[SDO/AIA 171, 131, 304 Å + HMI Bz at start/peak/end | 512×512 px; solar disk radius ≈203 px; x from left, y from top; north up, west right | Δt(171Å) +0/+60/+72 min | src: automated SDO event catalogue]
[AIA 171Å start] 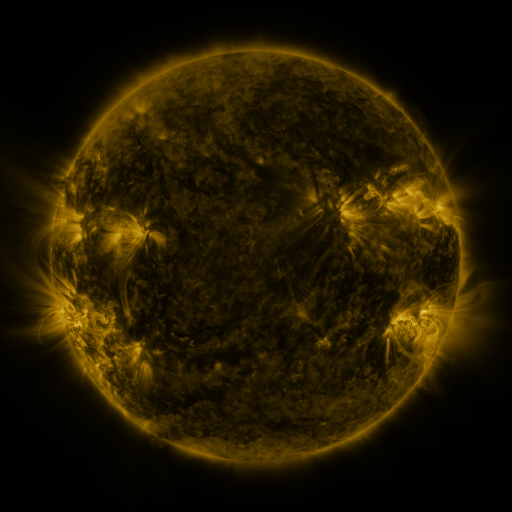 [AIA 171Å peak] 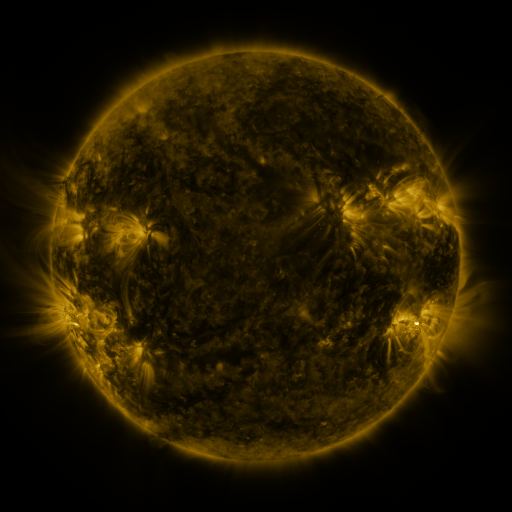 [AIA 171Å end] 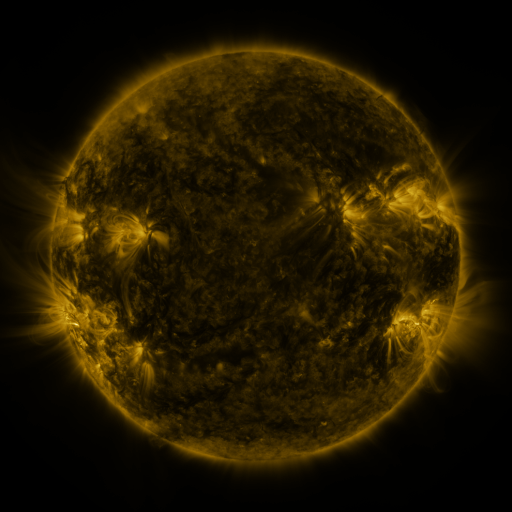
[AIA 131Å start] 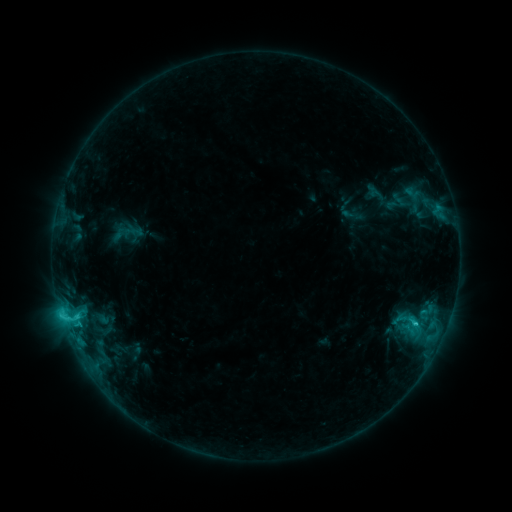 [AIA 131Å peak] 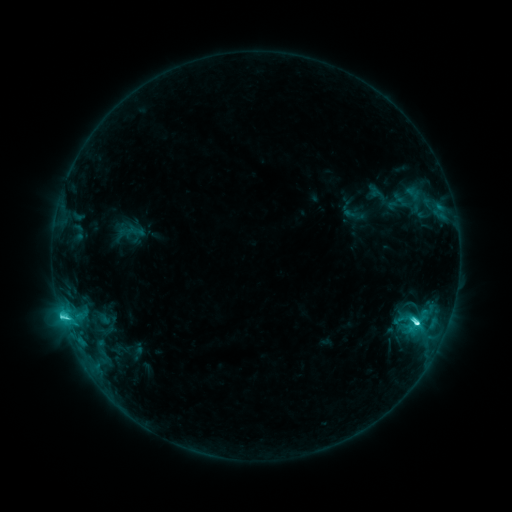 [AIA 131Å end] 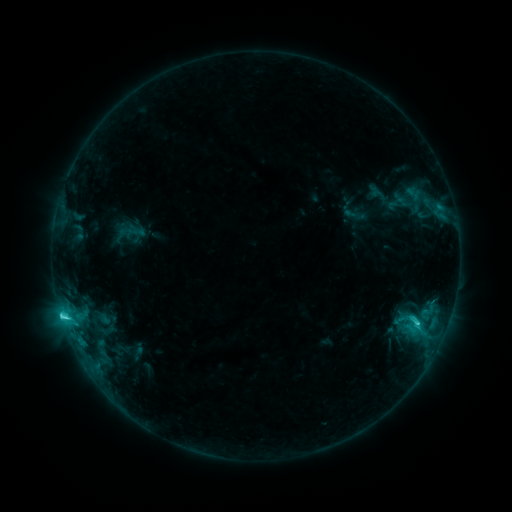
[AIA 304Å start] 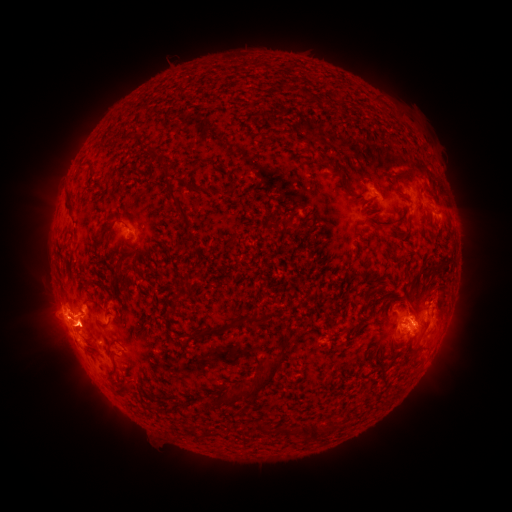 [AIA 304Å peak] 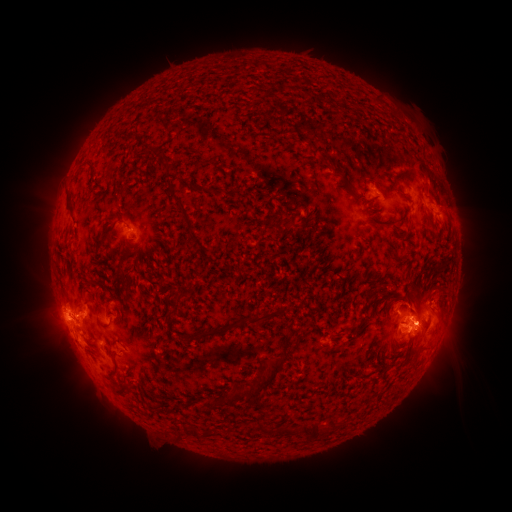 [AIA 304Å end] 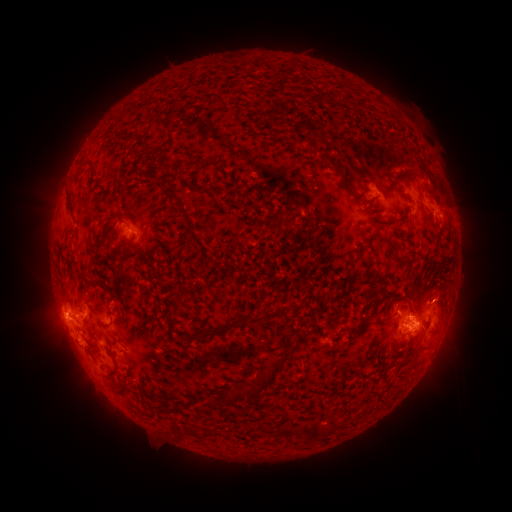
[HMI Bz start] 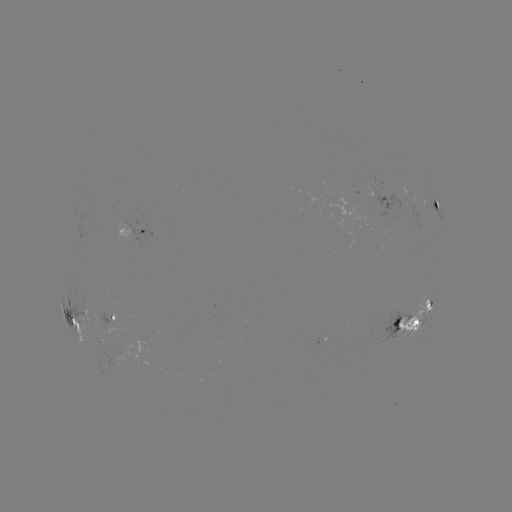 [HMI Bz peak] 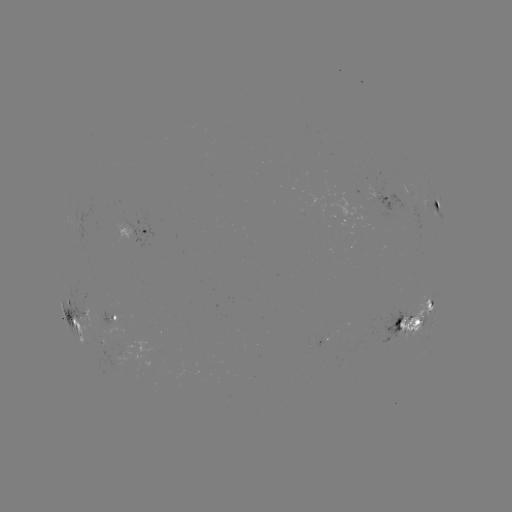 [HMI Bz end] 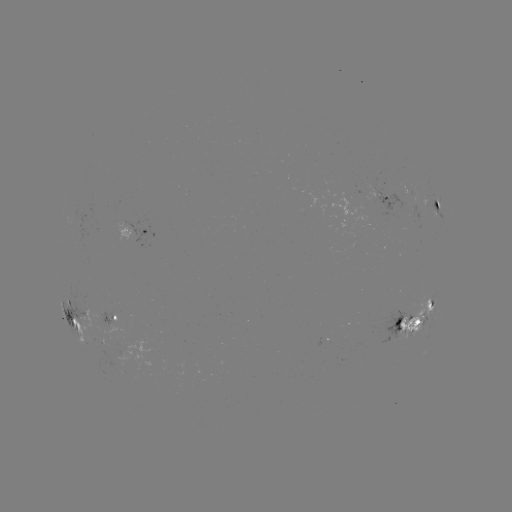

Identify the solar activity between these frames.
emerging-flux region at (361, 197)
